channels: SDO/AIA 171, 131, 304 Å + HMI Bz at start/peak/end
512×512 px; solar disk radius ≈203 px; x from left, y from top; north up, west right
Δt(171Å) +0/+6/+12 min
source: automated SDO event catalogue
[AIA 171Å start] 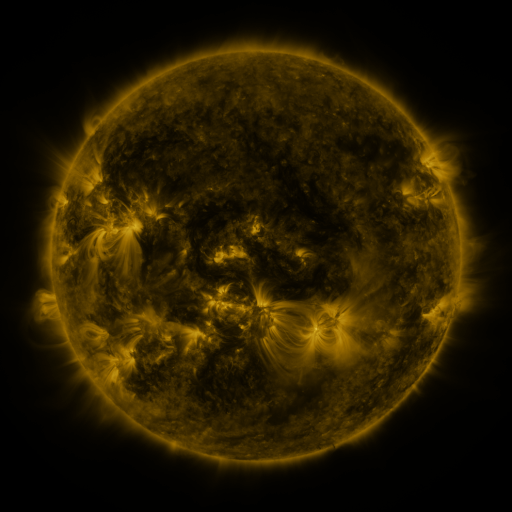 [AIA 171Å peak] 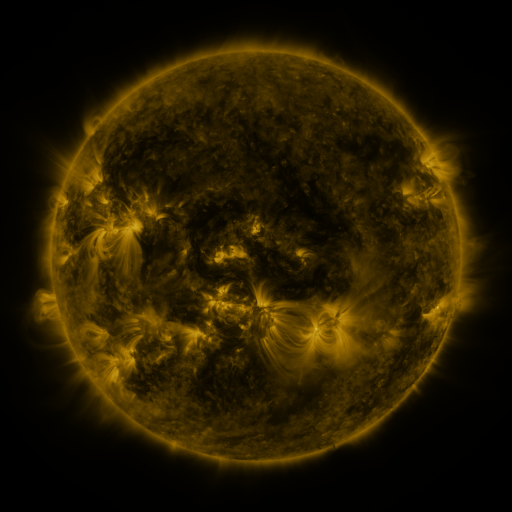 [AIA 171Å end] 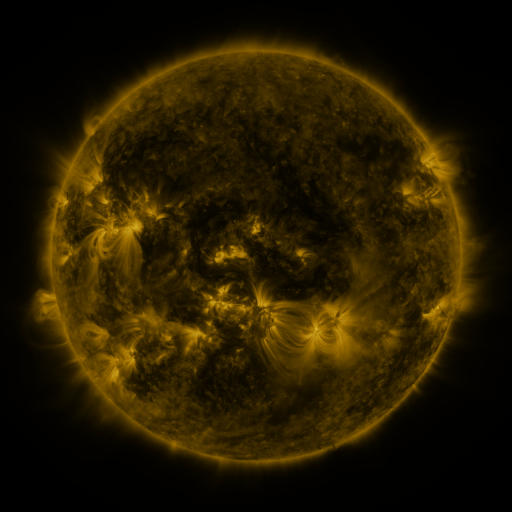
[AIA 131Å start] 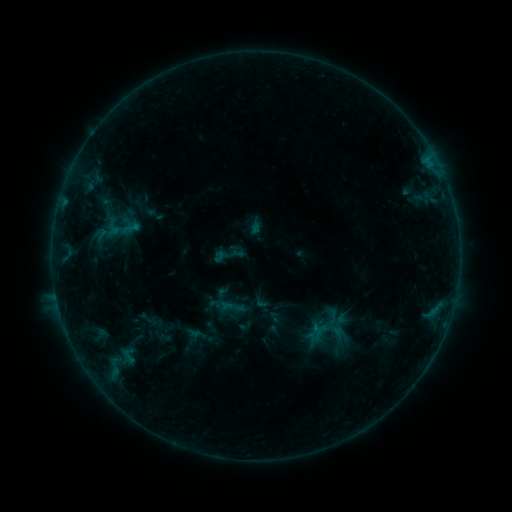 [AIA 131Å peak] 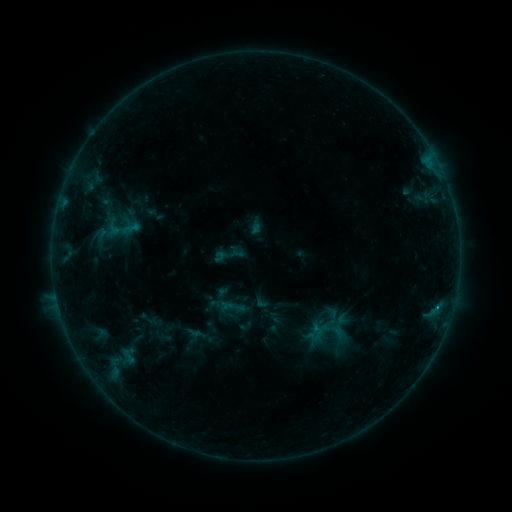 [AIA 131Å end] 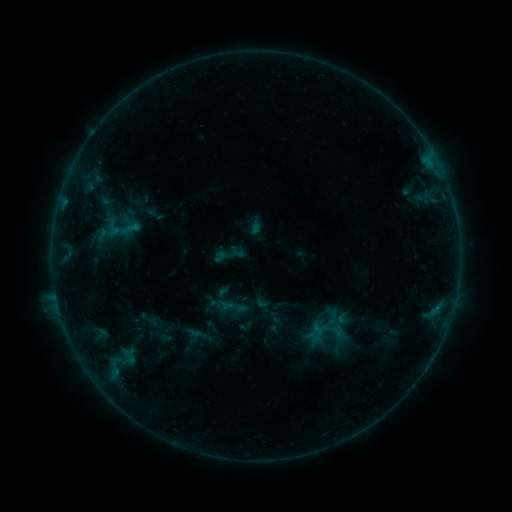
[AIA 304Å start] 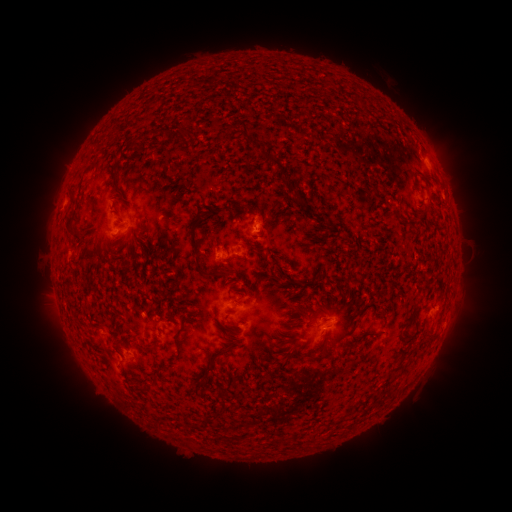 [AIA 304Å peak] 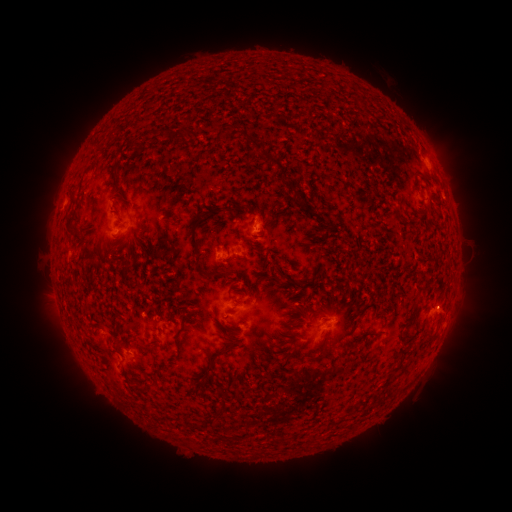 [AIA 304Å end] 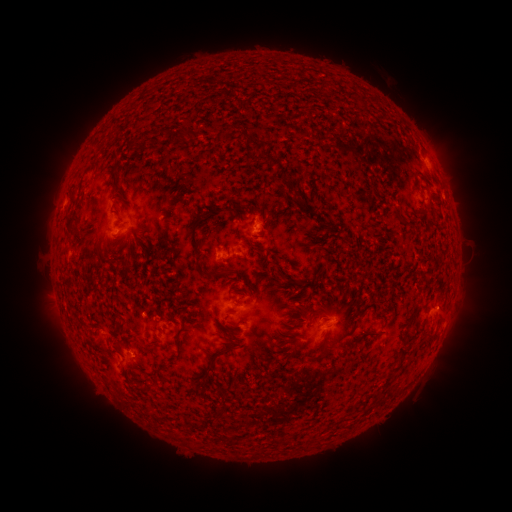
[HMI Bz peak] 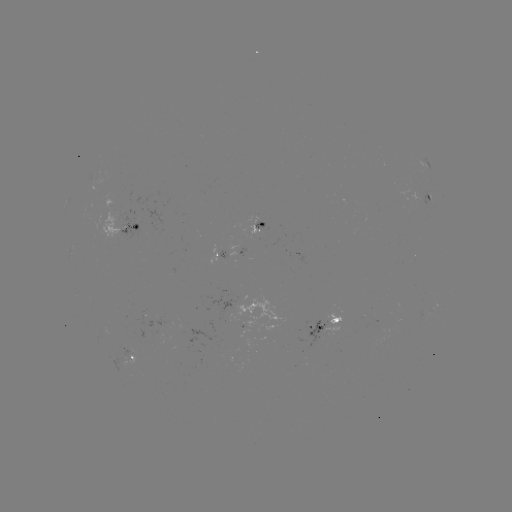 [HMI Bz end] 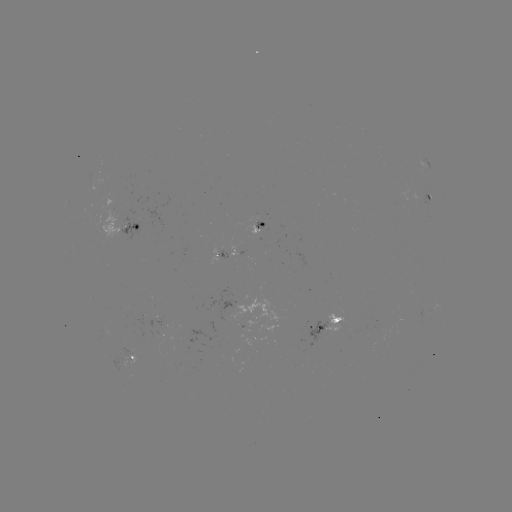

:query B3.7 flare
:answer (437, 306)